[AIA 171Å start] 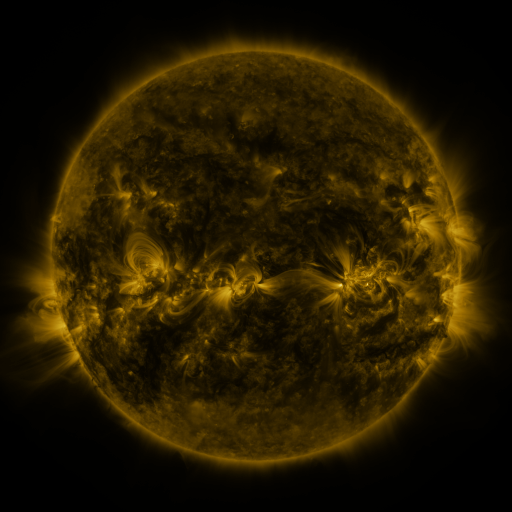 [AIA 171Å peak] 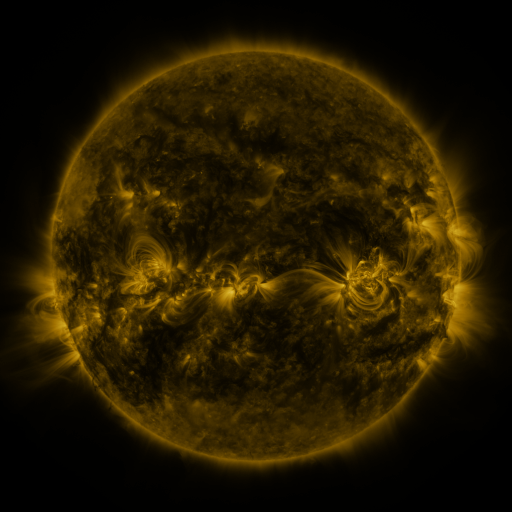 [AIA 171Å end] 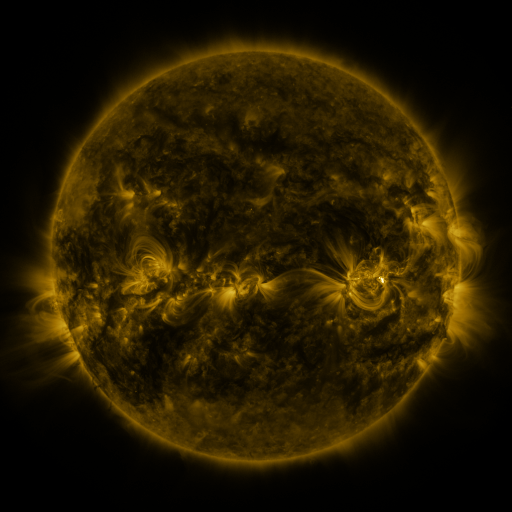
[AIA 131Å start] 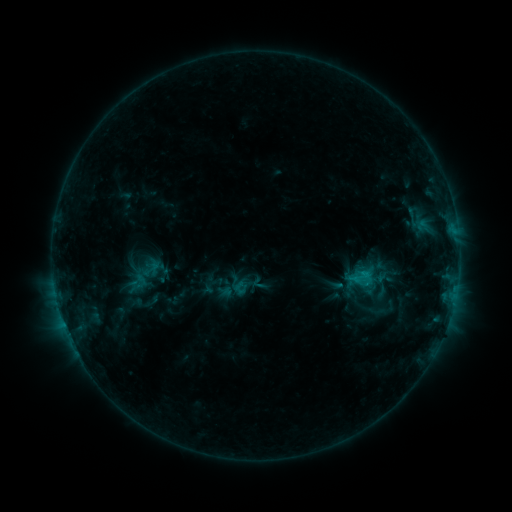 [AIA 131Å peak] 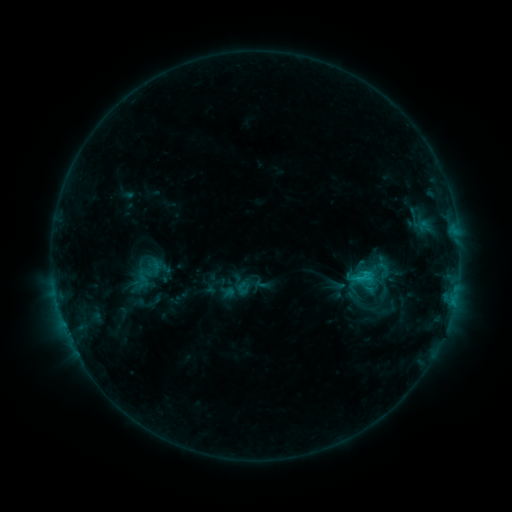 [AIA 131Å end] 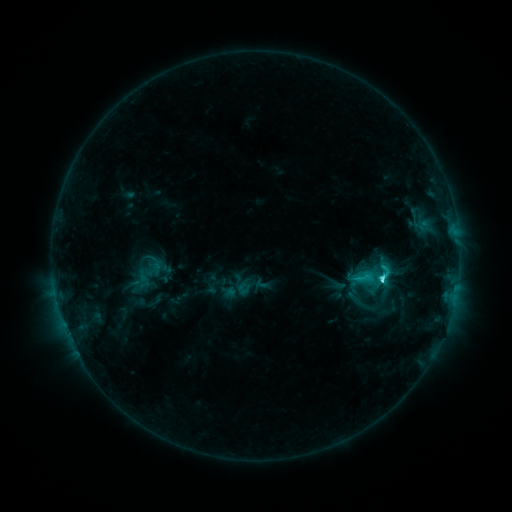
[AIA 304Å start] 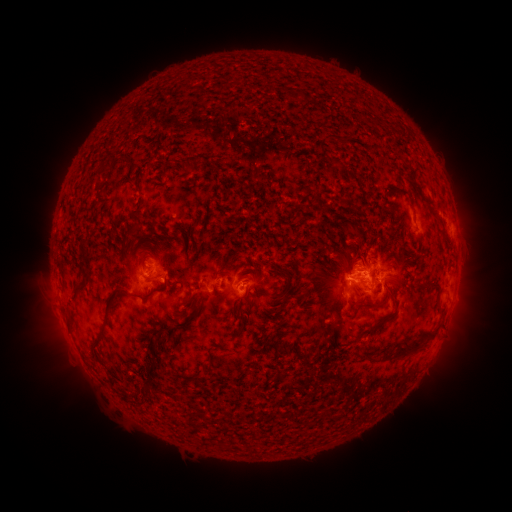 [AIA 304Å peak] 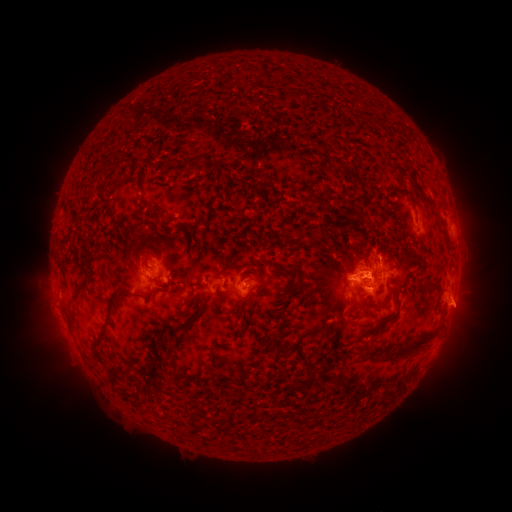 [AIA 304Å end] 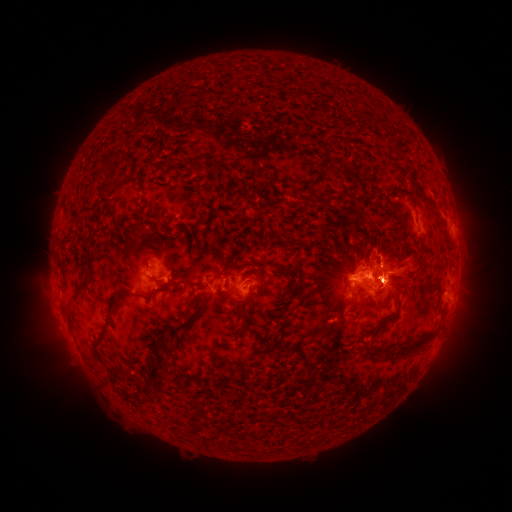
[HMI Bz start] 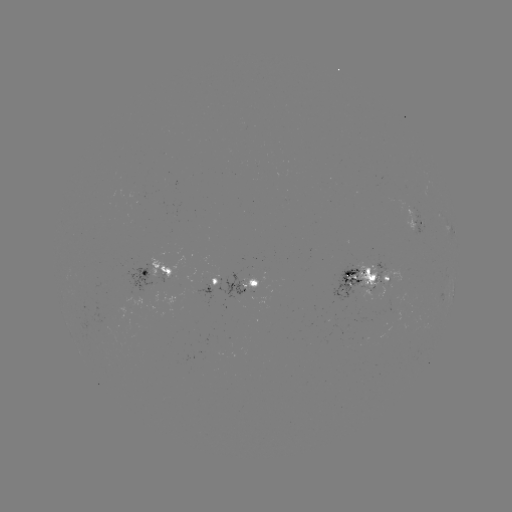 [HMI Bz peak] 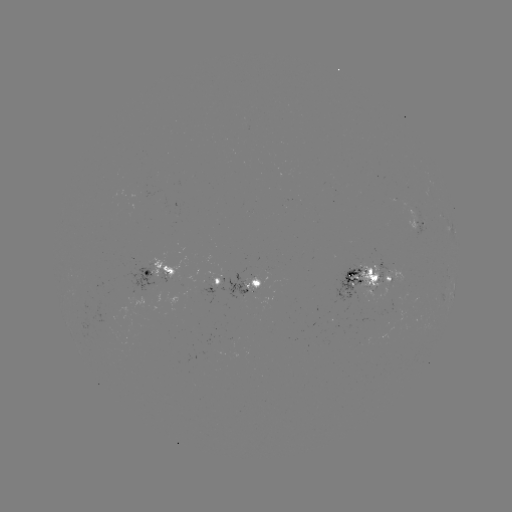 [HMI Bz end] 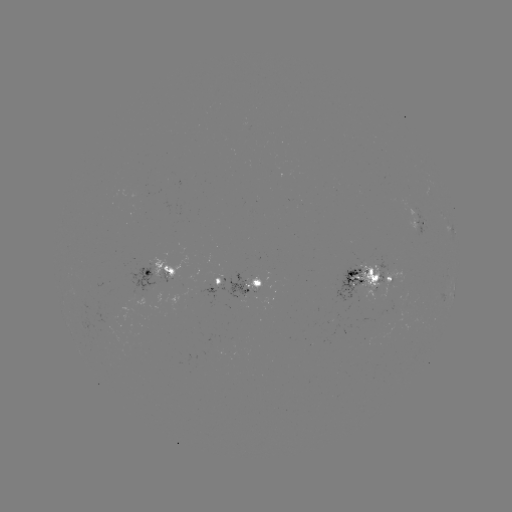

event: emerging-flux region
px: (169, 289)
